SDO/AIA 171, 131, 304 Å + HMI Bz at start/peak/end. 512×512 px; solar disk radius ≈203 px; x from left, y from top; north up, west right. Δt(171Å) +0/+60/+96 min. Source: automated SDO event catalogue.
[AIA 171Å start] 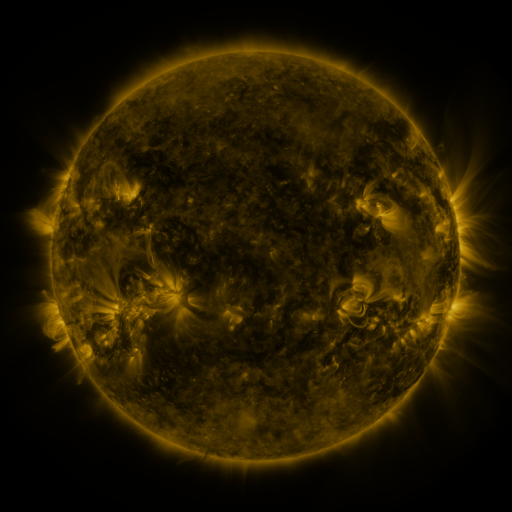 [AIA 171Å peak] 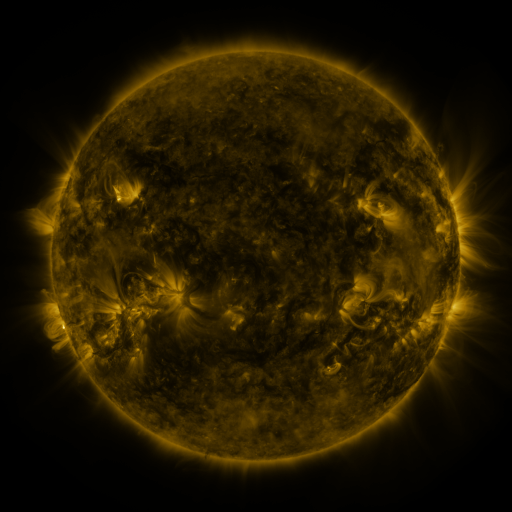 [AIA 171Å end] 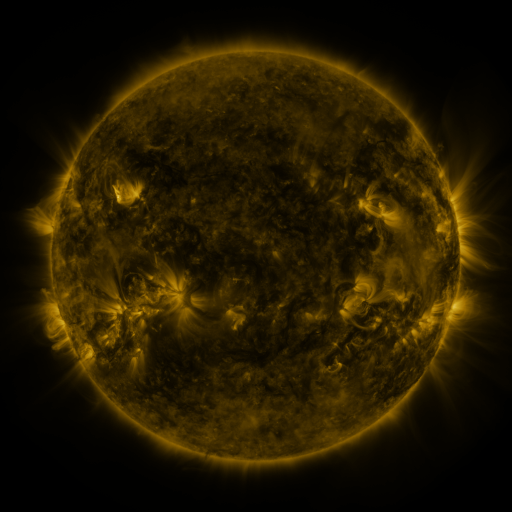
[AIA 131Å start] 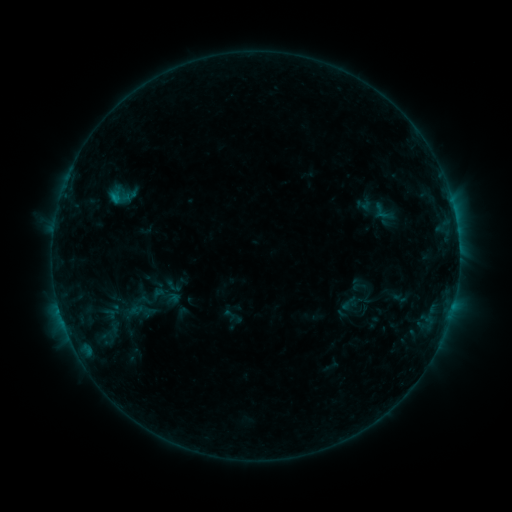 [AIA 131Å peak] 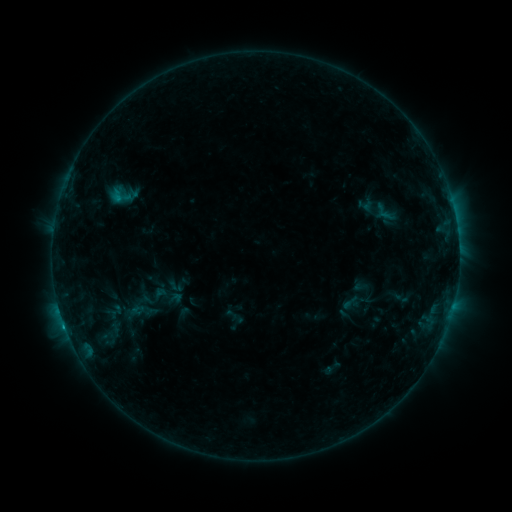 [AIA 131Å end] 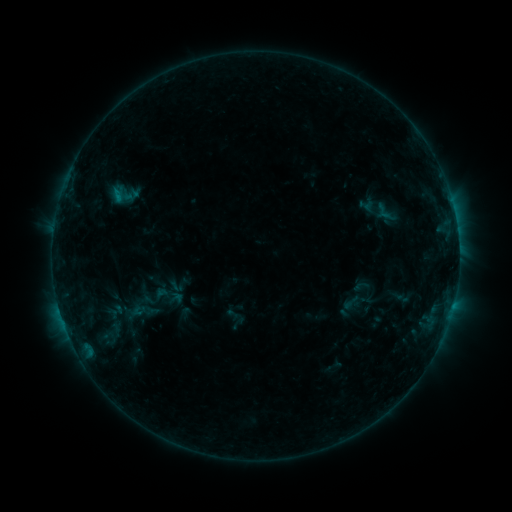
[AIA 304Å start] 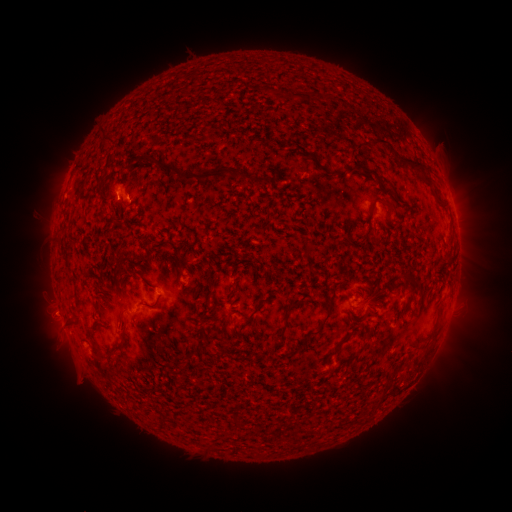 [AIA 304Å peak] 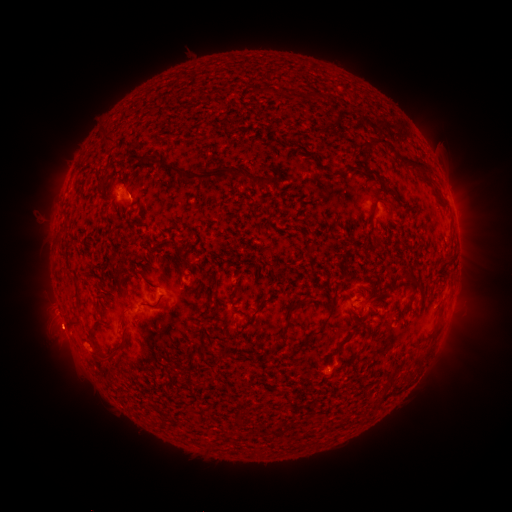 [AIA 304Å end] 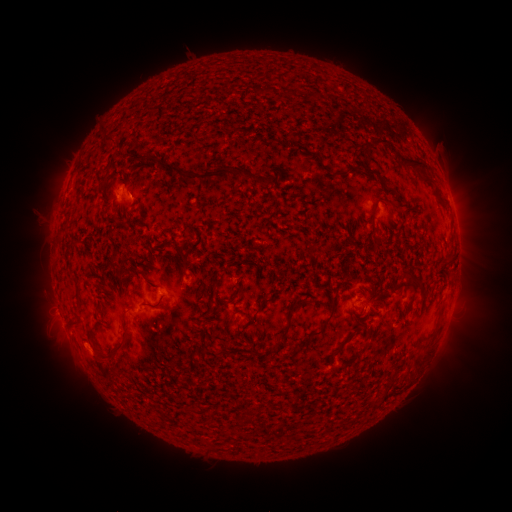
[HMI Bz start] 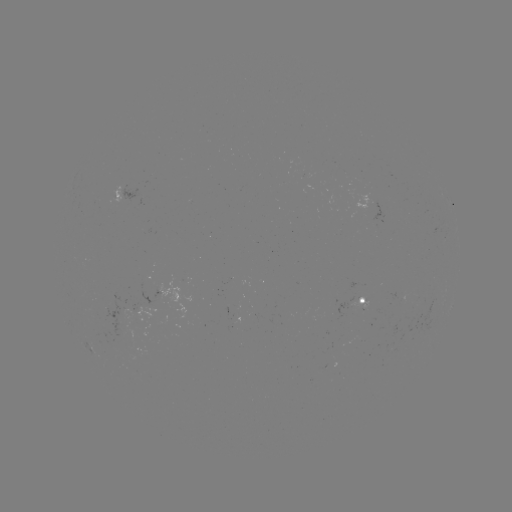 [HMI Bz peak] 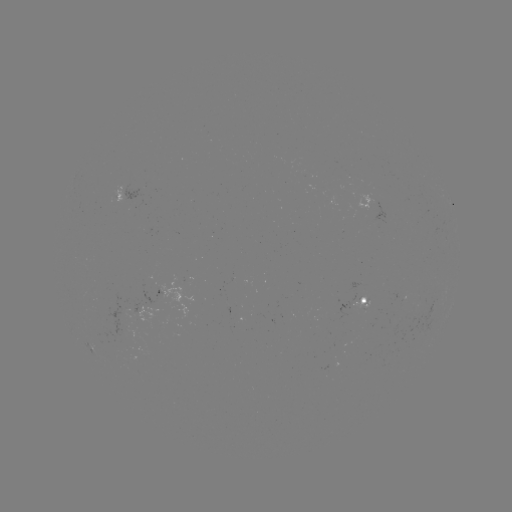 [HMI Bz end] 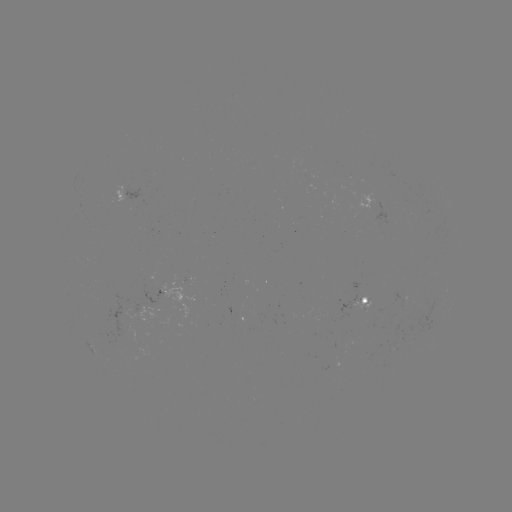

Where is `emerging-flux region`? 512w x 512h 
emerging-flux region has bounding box [351, 296, 369, 309].